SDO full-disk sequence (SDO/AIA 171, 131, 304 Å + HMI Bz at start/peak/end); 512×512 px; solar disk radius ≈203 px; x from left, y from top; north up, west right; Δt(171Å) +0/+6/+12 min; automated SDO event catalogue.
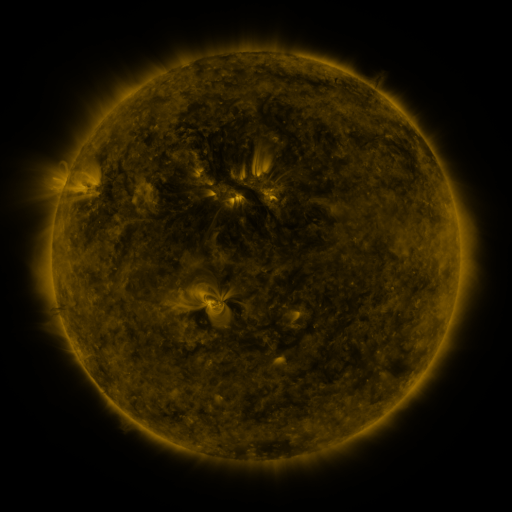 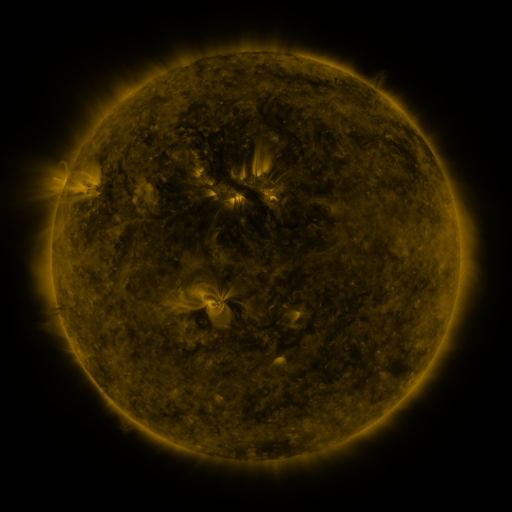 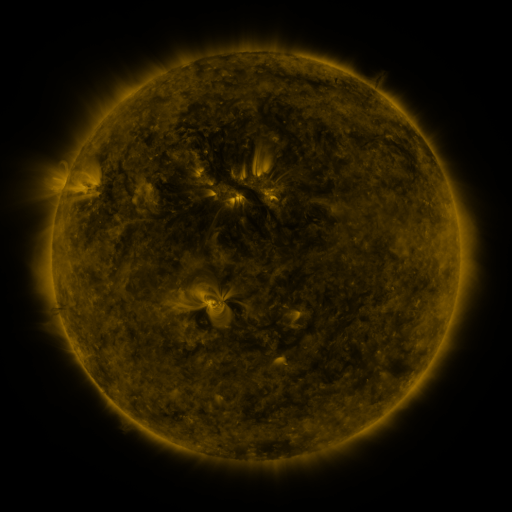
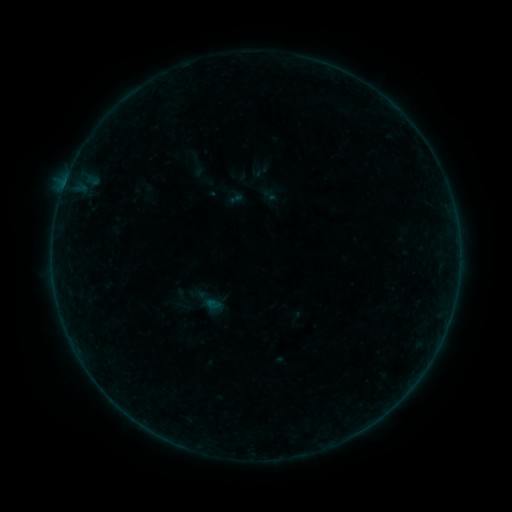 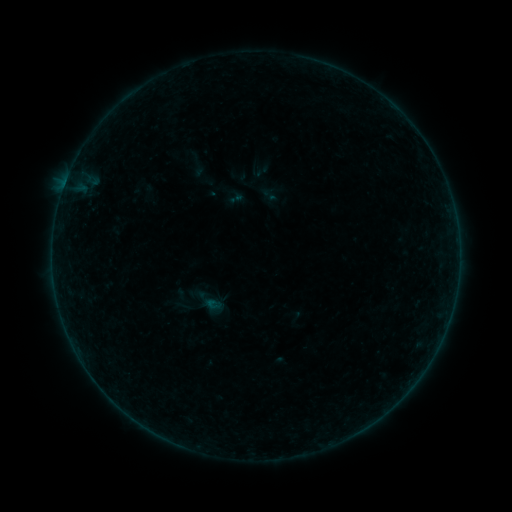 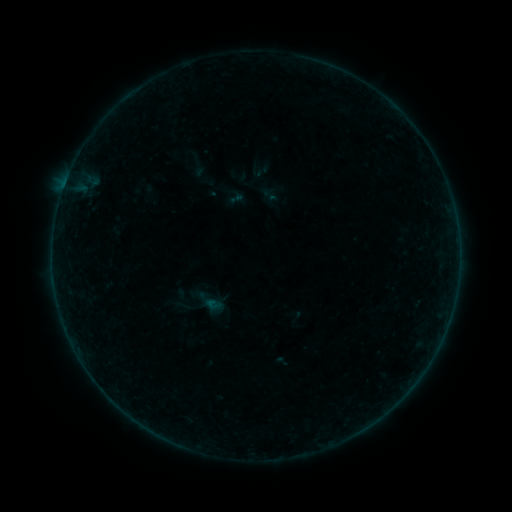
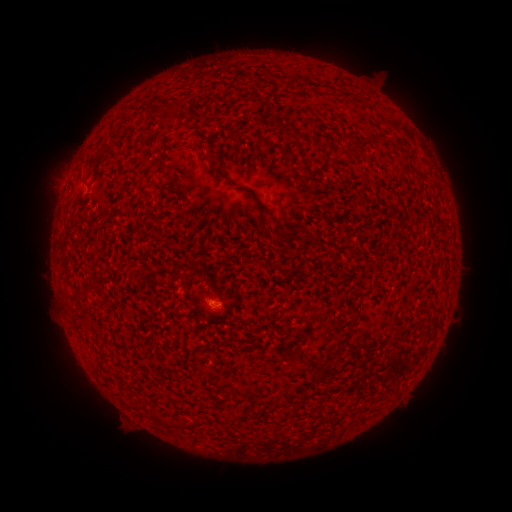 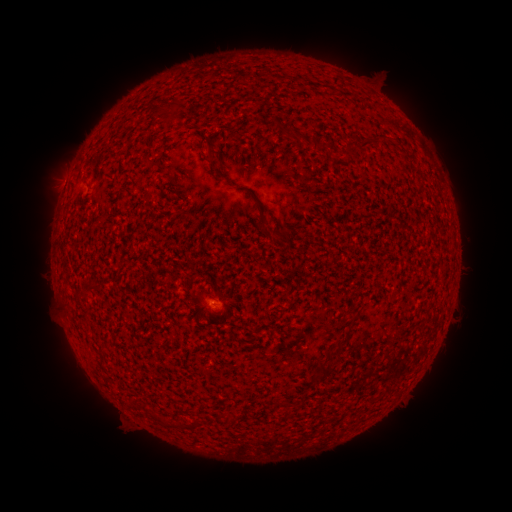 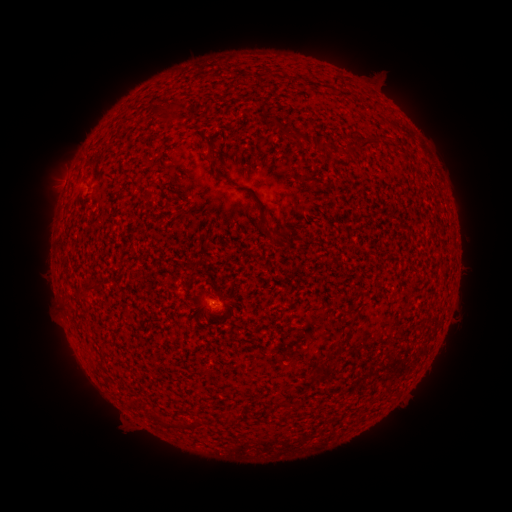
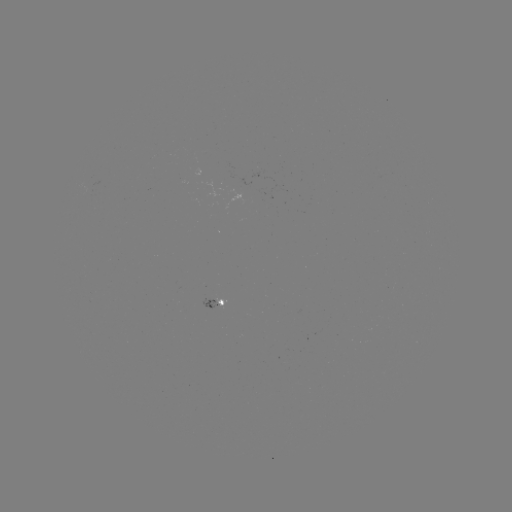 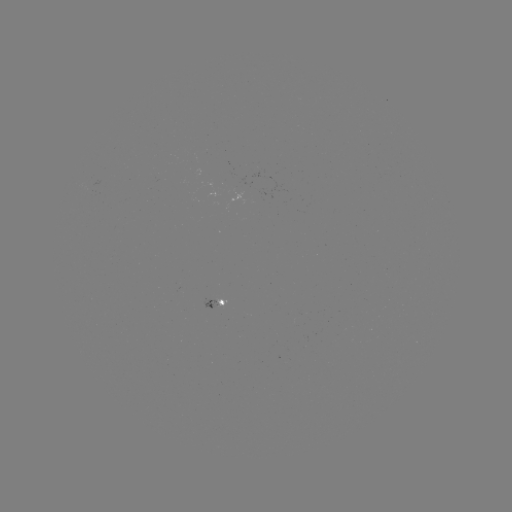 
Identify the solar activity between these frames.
no catalogued flare and no flagged EUV brightening in this window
